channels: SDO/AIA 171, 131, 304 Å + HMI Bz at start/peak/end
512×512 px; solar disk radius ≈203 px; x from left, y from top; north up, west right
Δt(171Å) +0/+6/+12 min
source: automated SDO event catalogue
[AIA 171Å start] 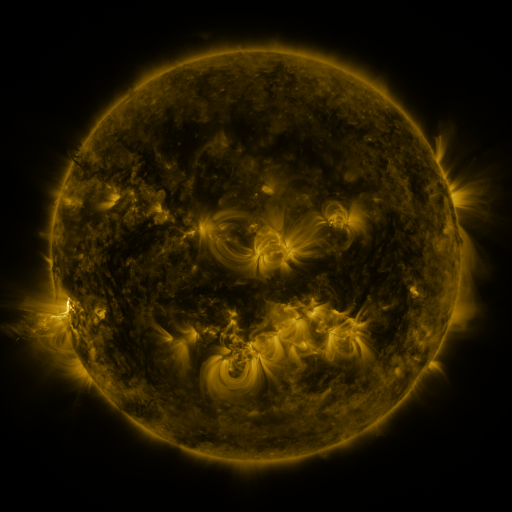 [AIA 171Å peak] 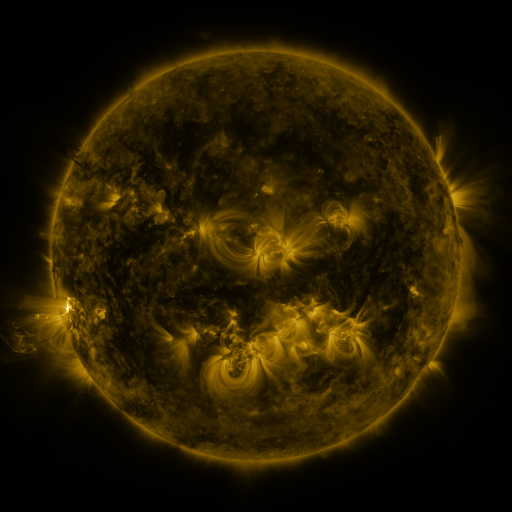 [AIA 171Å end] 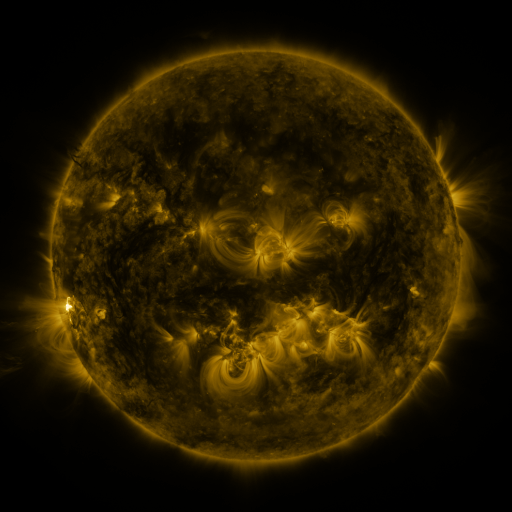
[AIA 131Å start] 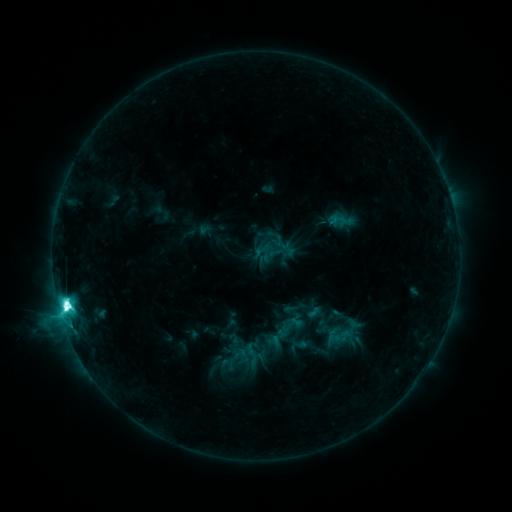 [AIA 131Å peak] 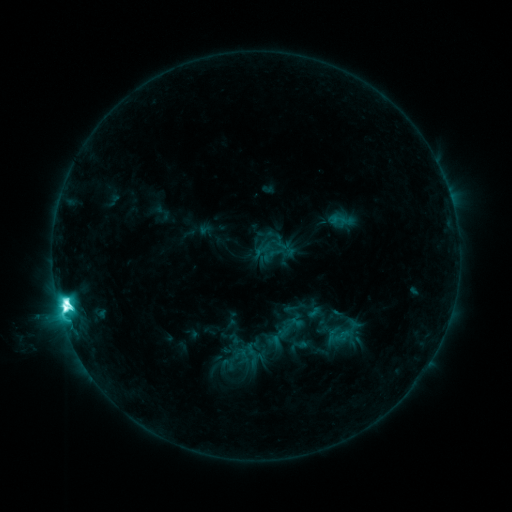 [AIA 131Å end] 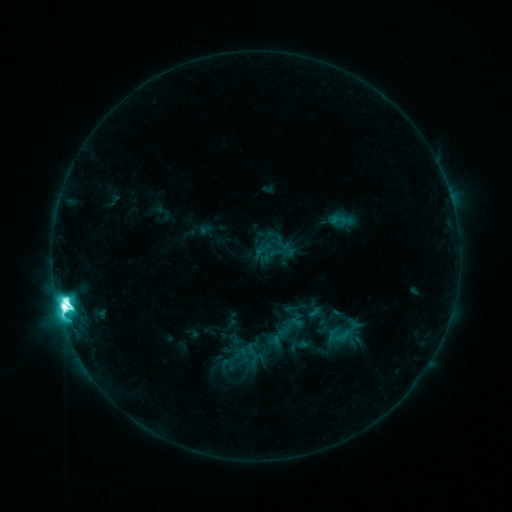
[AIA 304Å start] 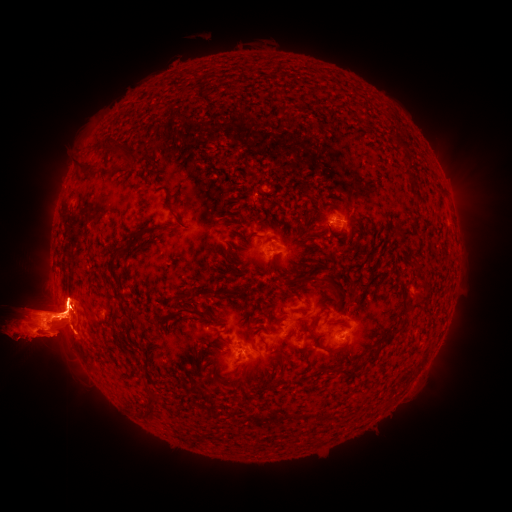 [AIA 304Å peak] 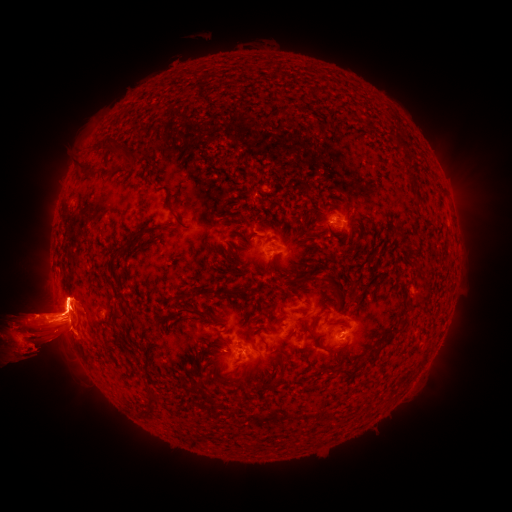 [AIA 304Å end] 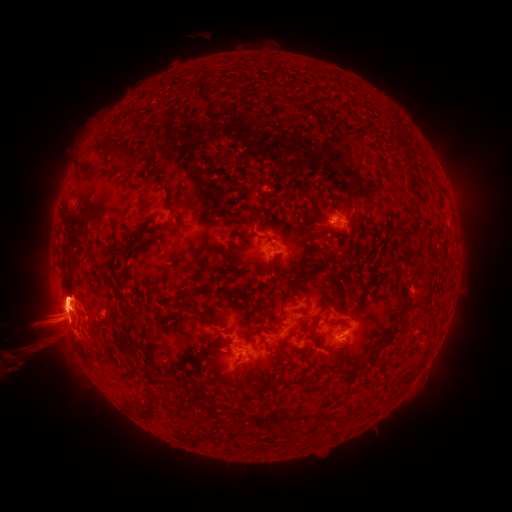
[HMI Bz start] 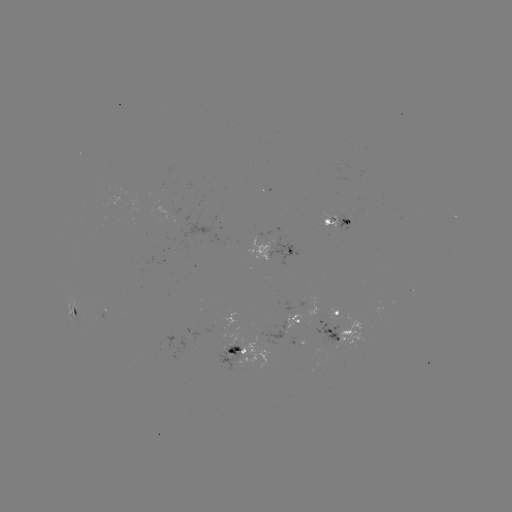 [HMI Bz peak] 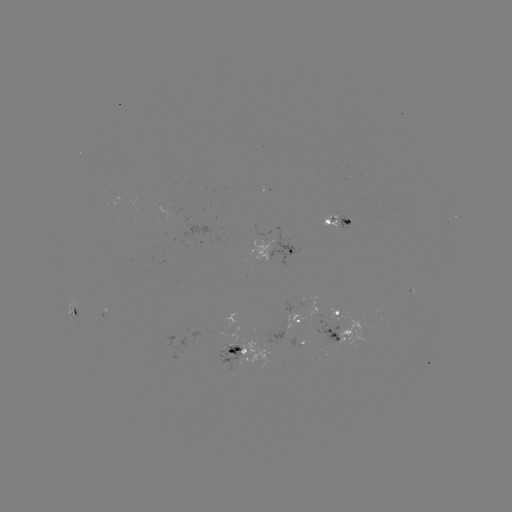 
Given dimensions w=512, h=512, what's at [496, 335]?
eruption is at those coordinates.